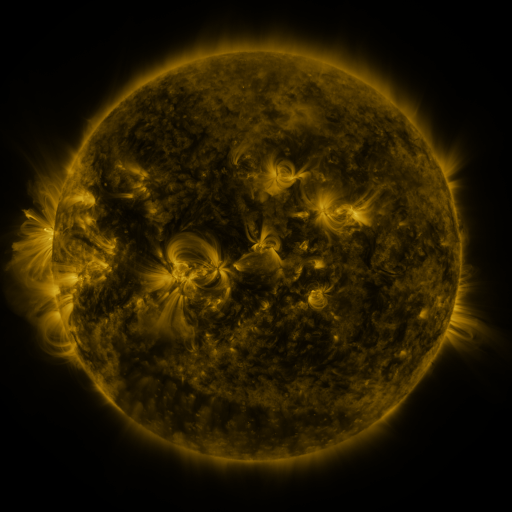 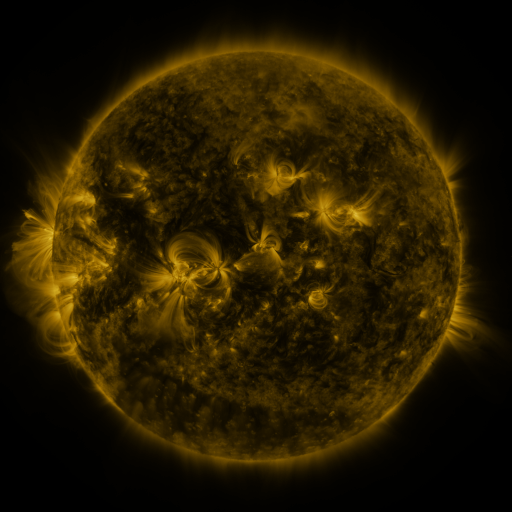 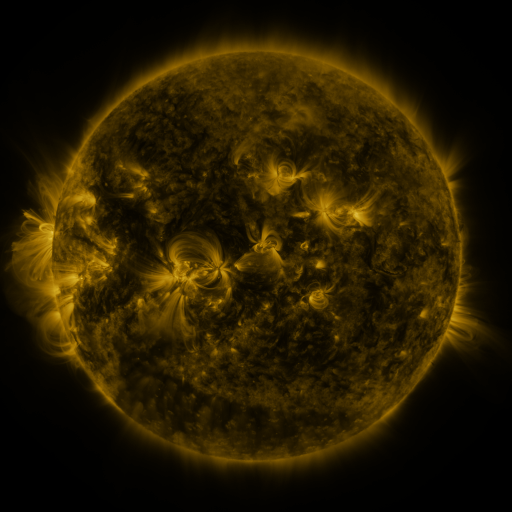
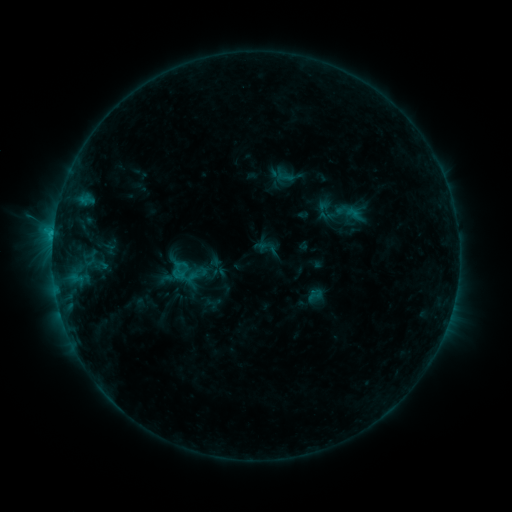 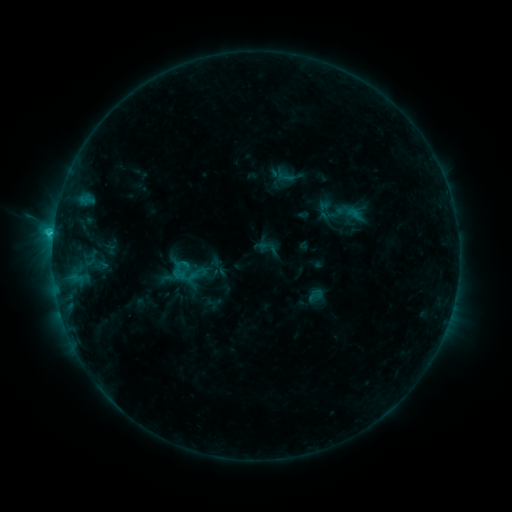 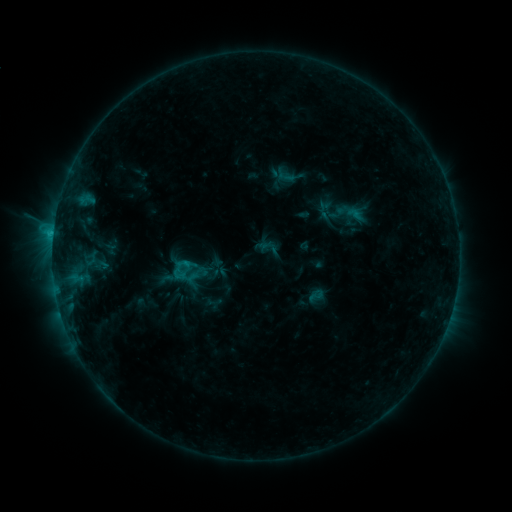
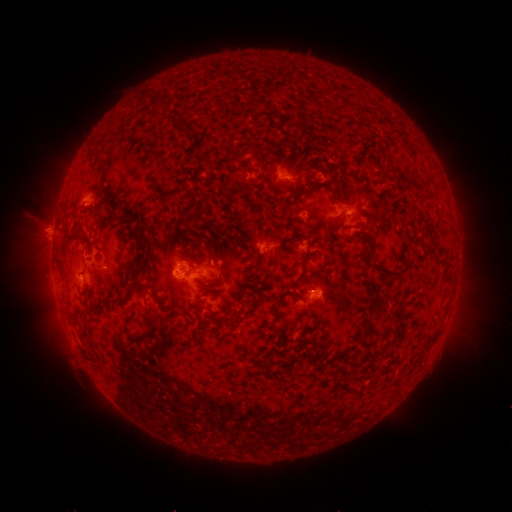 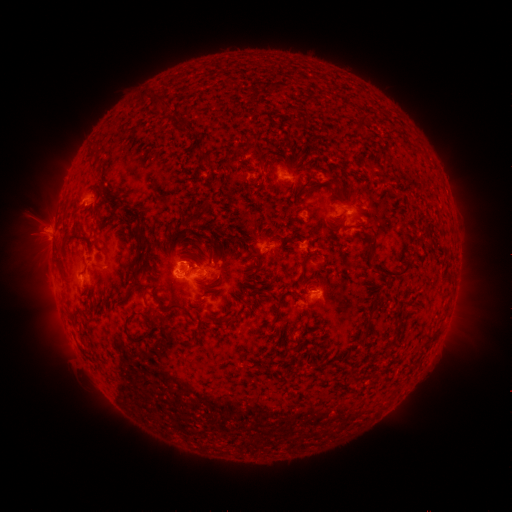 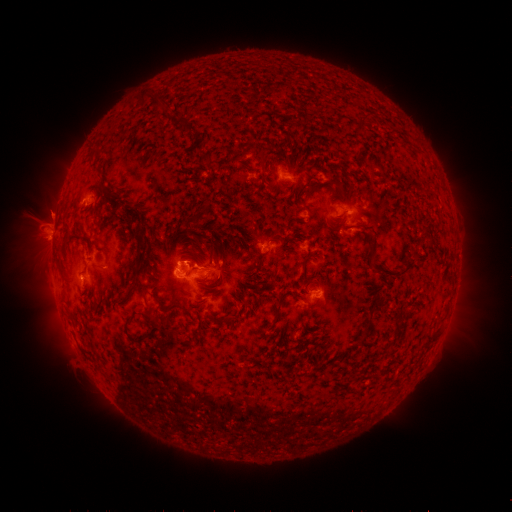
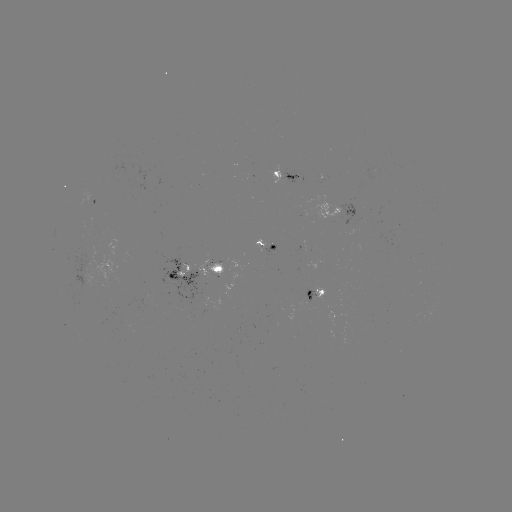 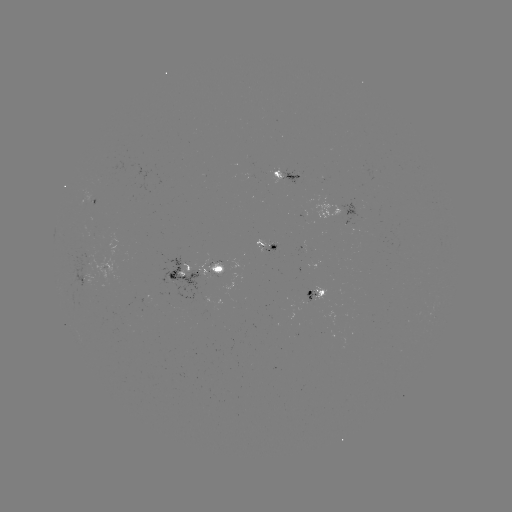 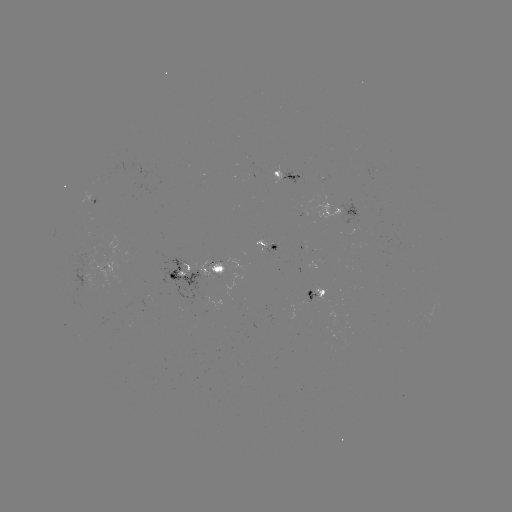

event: flare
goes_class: C1.9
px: (53, 234)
